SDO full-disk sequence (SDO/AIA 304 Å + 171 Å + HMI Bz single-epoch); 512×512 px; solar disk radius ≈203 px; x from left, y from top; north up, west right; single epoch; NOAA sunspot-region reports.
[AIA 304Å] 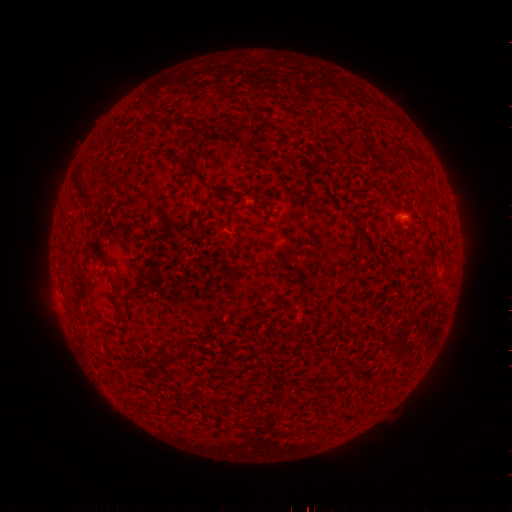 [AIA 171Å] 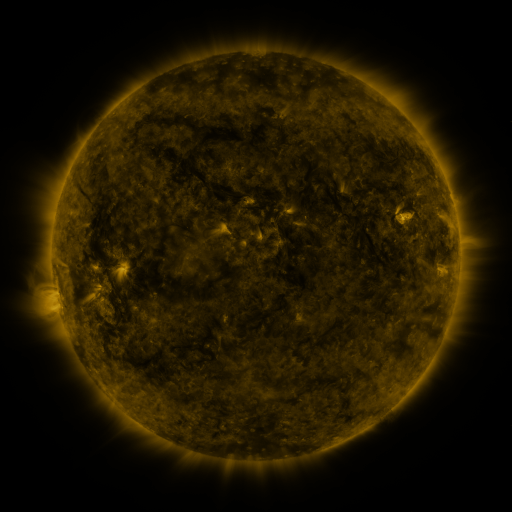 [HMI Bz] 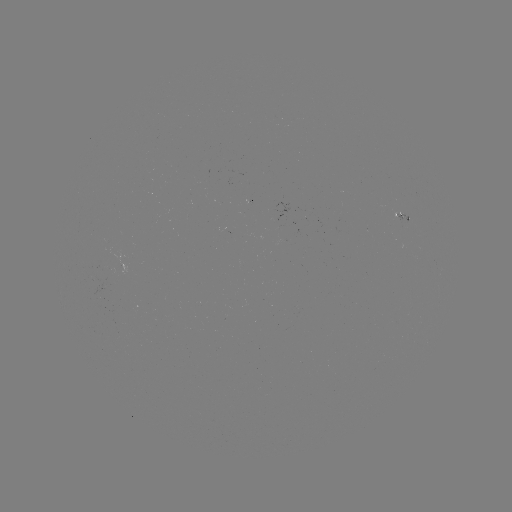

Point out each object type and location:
spotted active region: (397, 211)
